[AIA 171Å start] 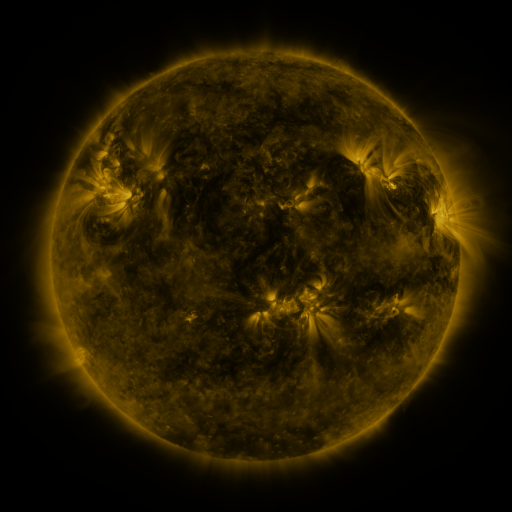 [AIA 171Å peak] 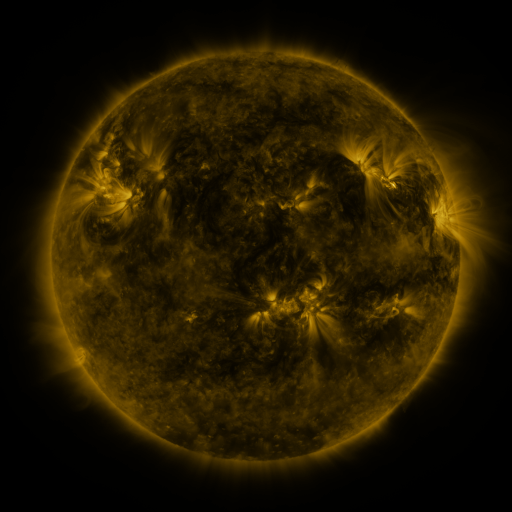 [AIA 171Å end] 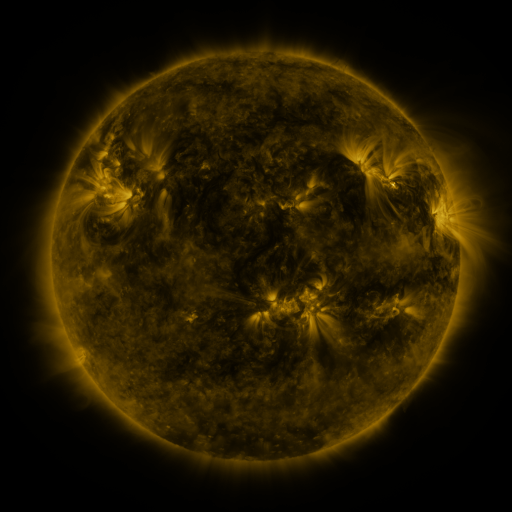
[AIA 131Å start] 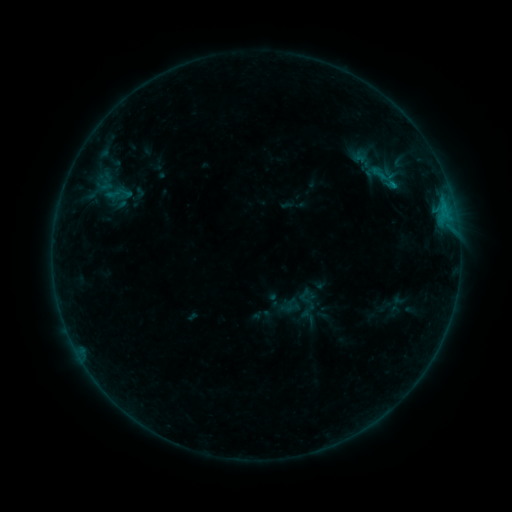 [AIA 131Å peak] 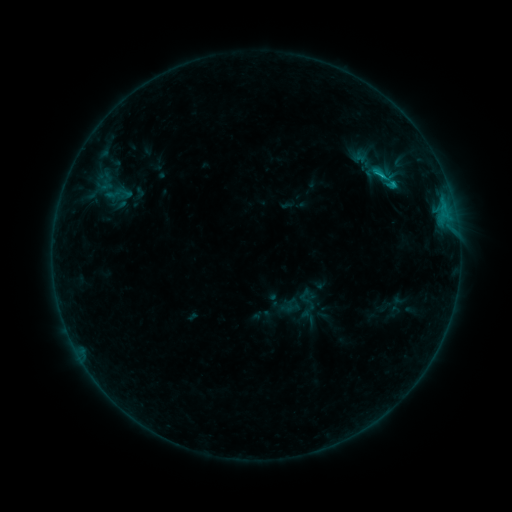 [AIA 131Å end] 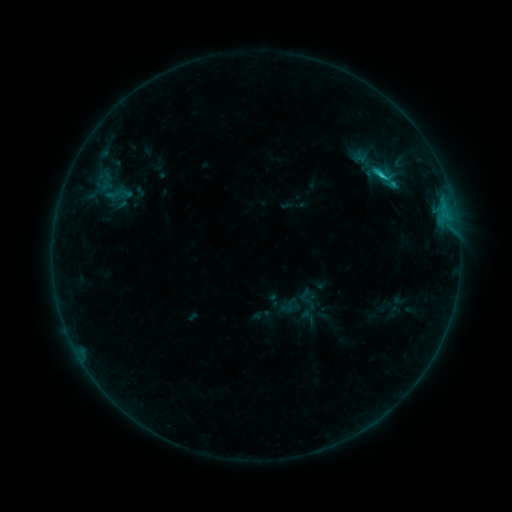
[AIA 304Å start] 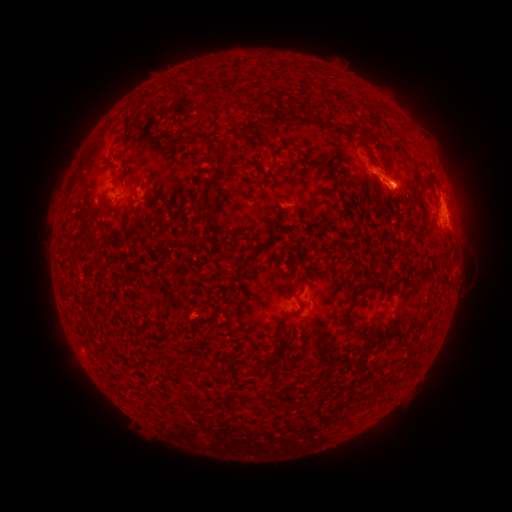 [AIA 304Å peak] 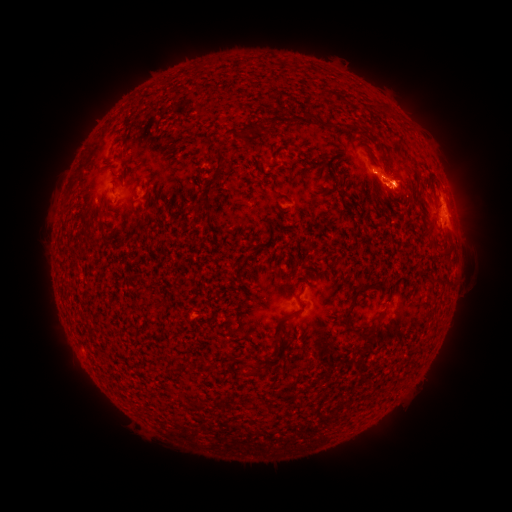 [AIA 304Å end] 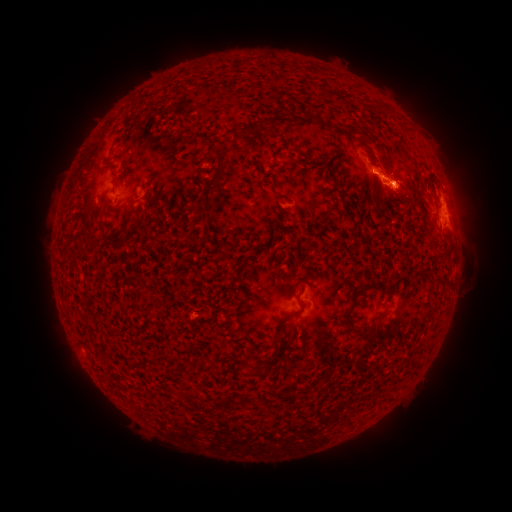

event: flare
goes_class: C1.4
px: (381, 178)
